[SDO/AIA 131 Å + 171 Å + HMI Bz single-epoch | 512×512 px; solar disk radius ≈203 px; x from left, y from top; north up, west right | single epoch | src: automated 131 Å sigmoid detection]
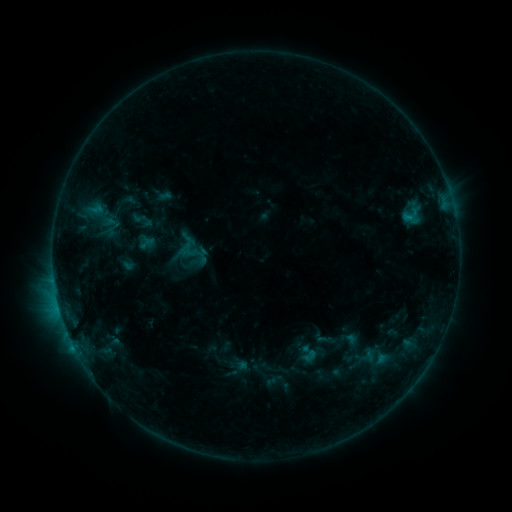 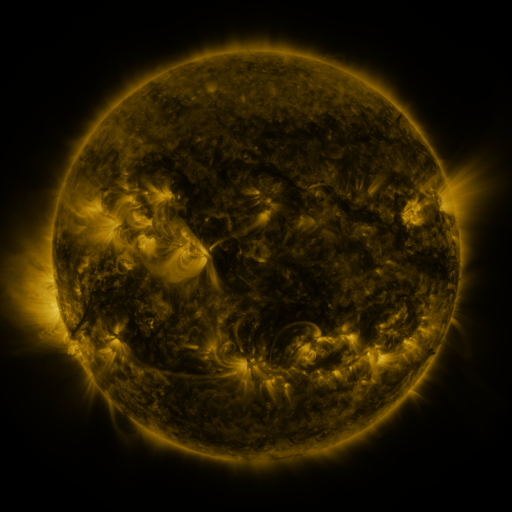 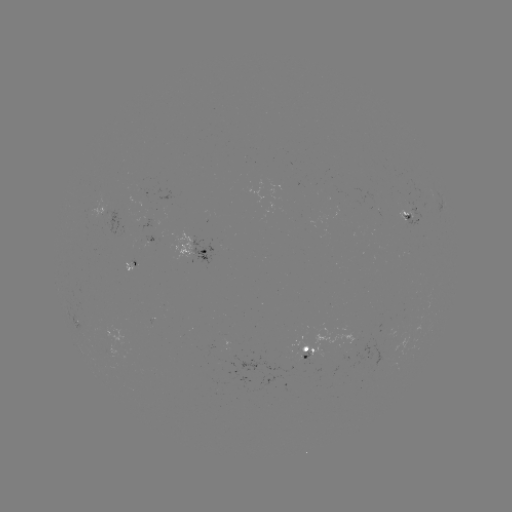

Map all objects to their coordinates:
sigmoid: <bbox>178, 233, 204, 261</bbox>
